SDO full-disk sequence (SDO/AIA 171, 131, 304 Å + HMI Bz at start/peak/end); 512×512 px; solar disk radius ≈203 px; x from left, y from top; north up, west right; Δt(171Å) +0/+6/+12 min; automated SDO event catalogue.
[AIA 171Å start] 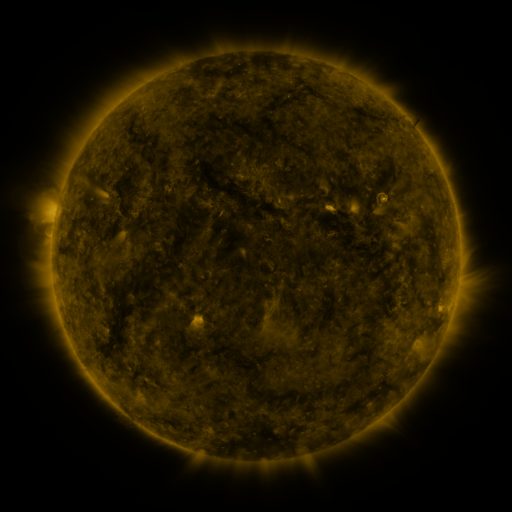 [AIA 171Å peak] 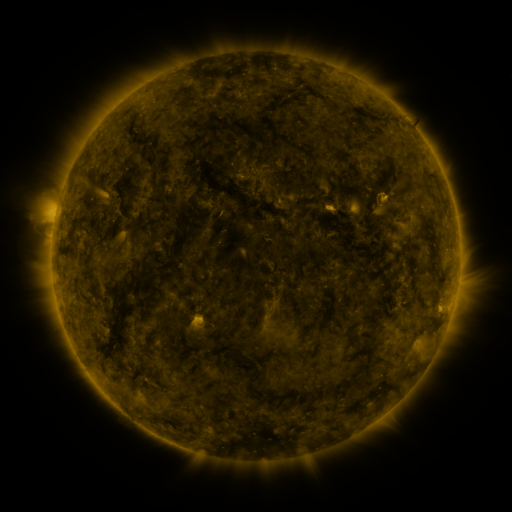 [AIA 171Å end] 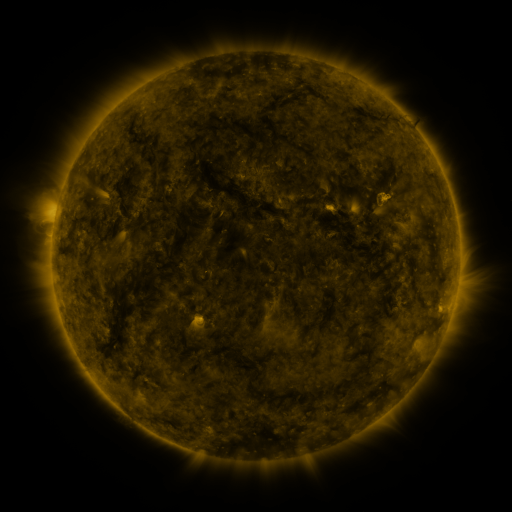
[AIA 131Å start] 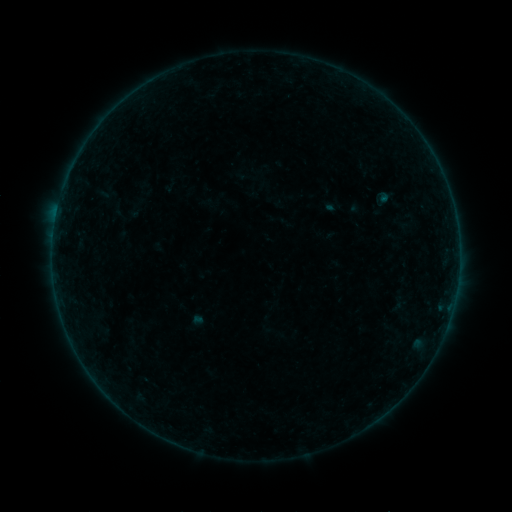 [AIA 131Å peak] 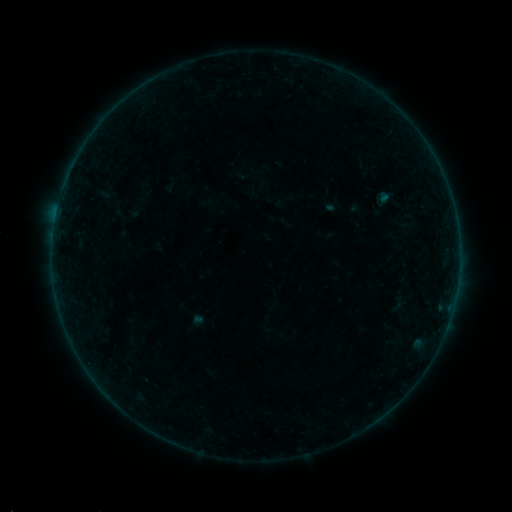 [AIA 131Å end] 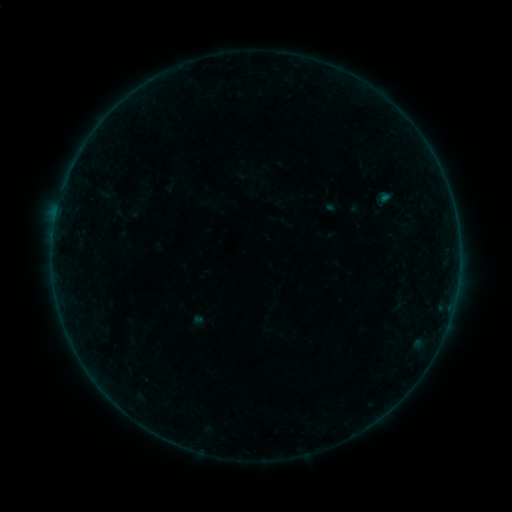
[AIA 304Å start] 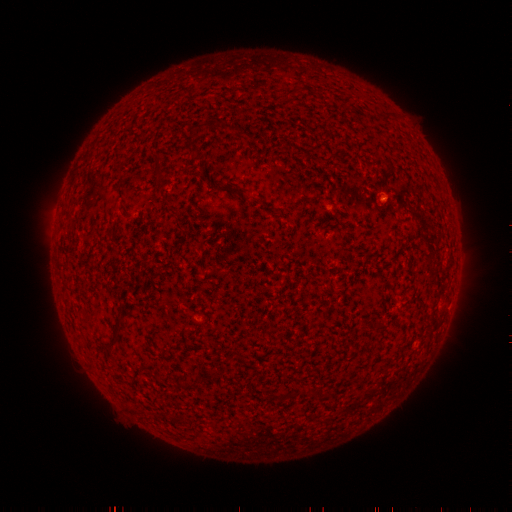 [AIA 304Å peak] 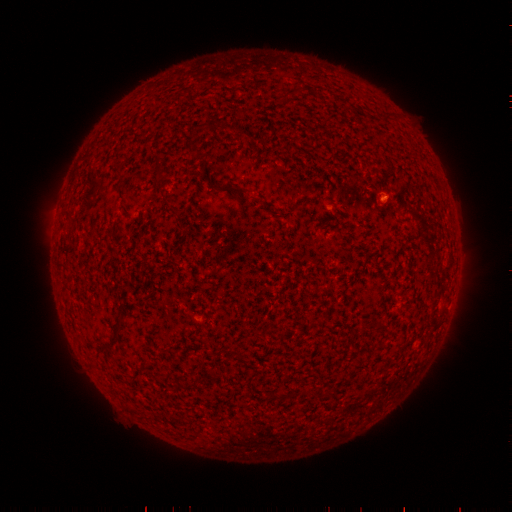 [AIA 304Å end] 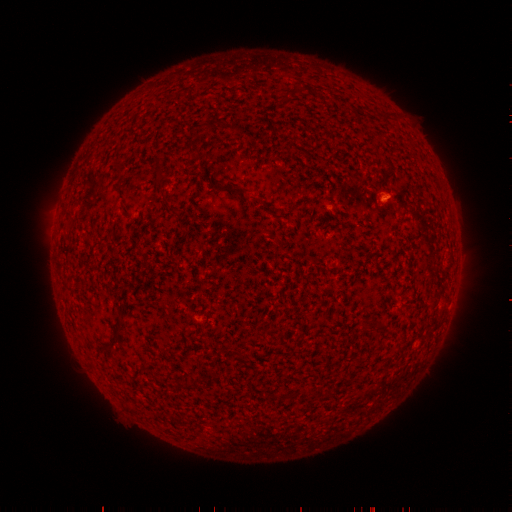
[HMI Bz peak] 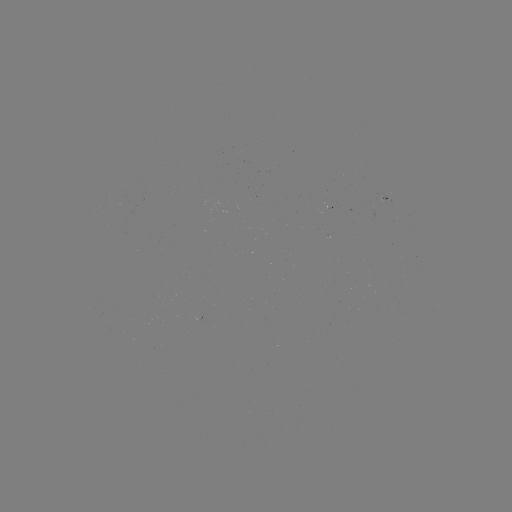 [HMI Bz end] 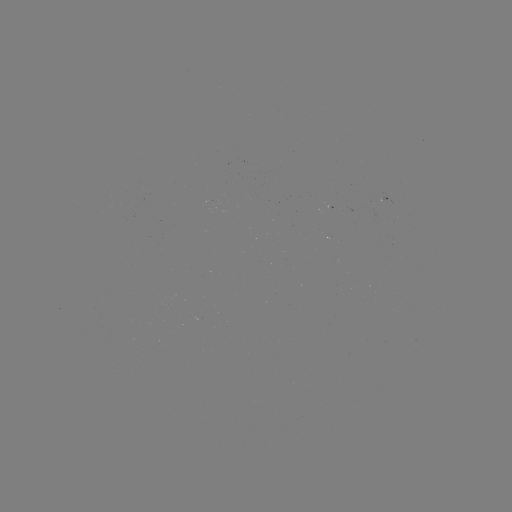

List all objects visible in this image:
B1.3 flare: (382, 201)
